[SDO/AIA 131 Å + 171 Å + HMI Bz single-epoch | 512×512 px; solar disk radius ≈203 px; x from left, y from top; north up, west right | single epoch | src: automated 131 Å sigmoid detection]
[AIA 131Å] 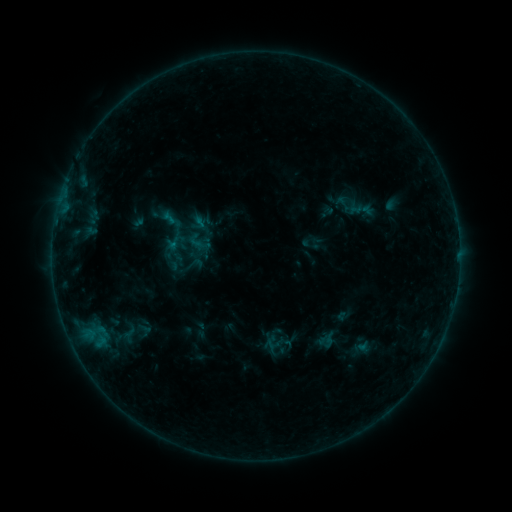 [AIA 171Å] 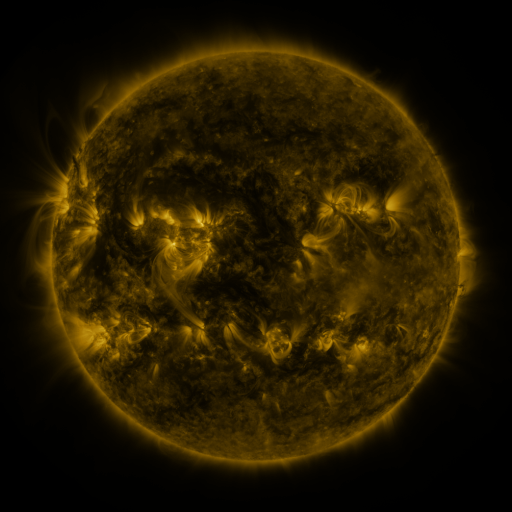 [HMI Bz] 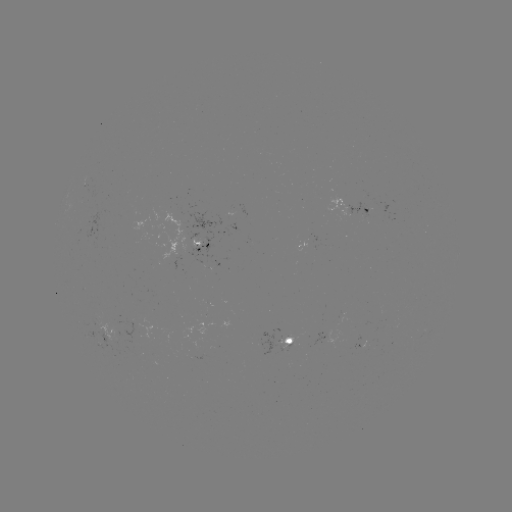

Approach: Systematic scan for sigmoid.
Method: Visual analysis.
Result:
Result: sigmoid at (343, 204).